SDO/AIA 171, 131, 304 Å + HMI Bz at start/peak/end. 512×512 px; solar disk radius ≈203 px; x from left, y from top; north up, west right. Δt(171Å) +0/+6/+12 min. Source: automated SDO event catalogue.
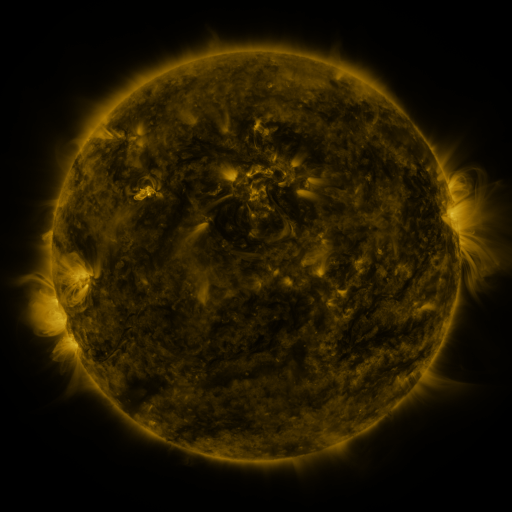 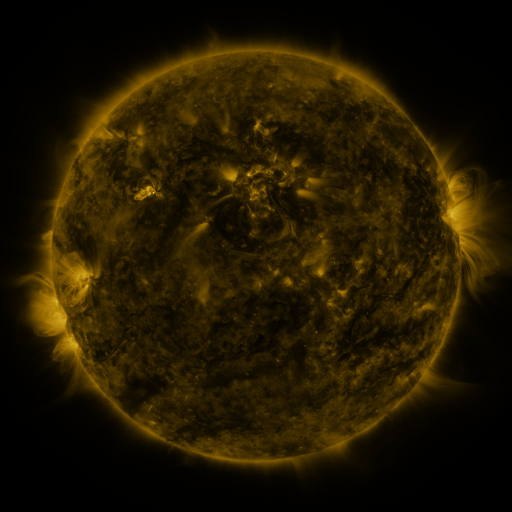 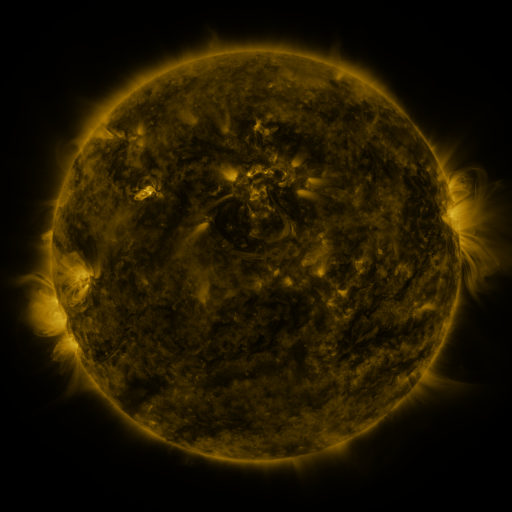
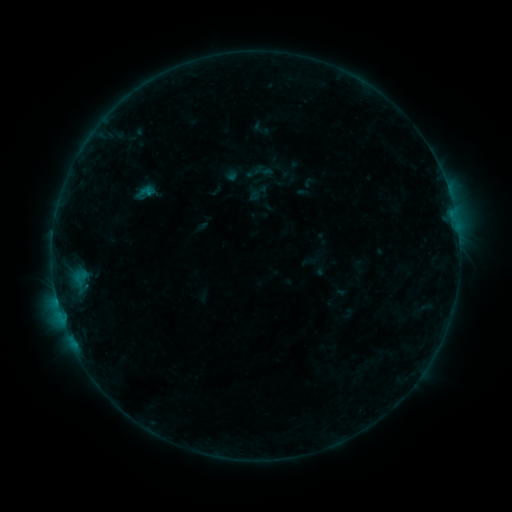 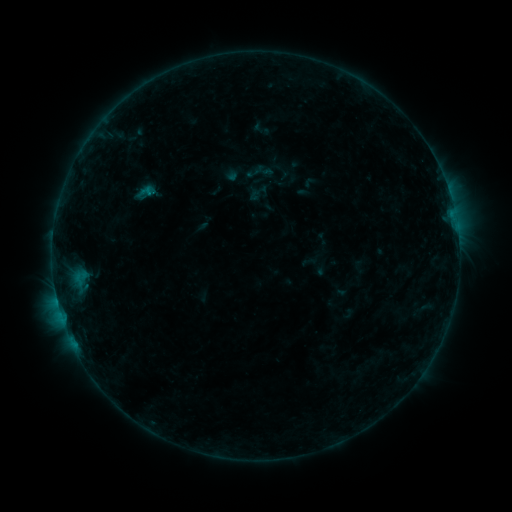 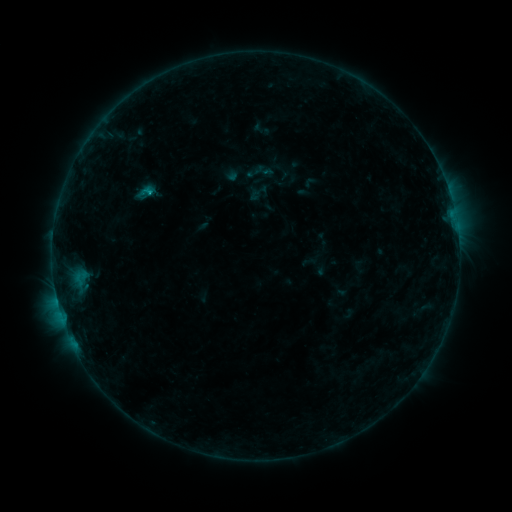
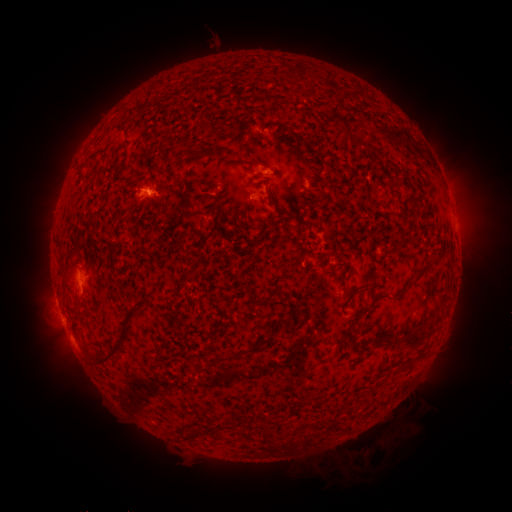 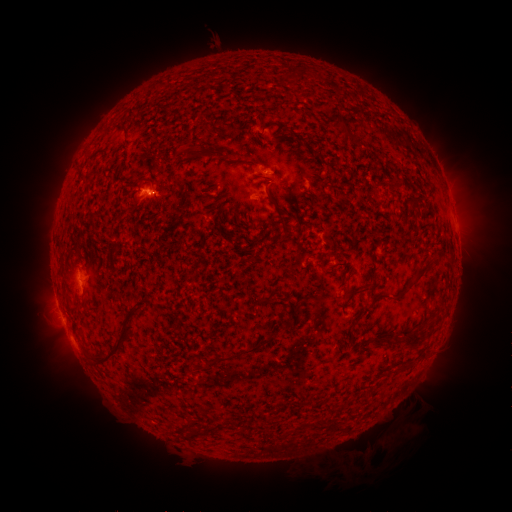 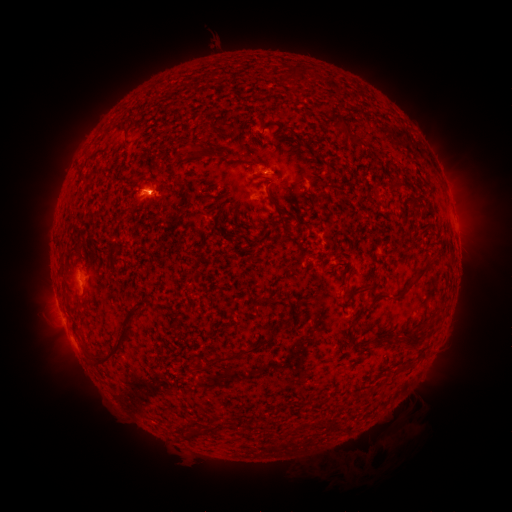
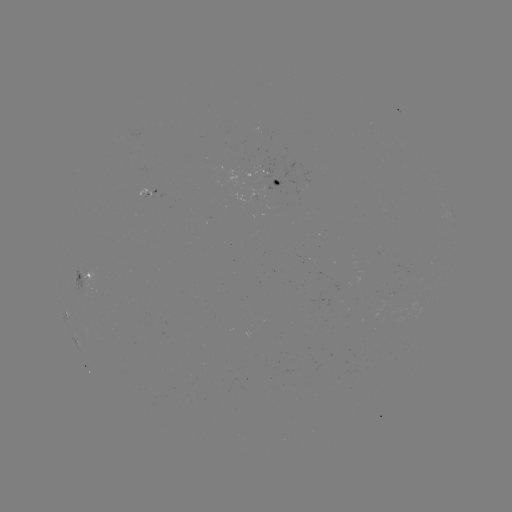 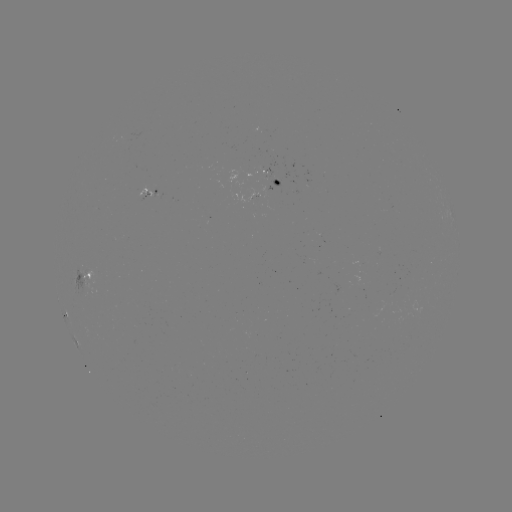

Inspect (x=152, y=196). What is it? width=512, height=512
B4.7 flare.